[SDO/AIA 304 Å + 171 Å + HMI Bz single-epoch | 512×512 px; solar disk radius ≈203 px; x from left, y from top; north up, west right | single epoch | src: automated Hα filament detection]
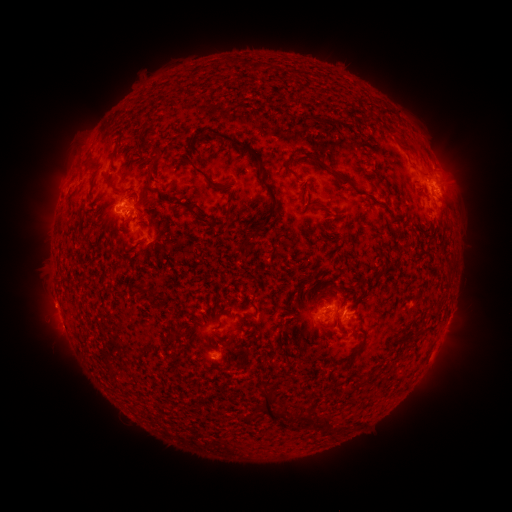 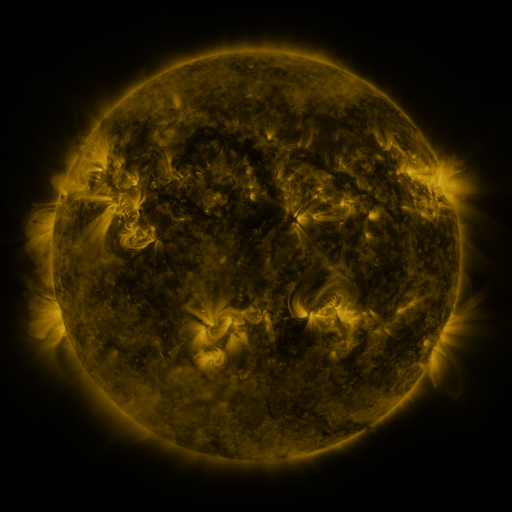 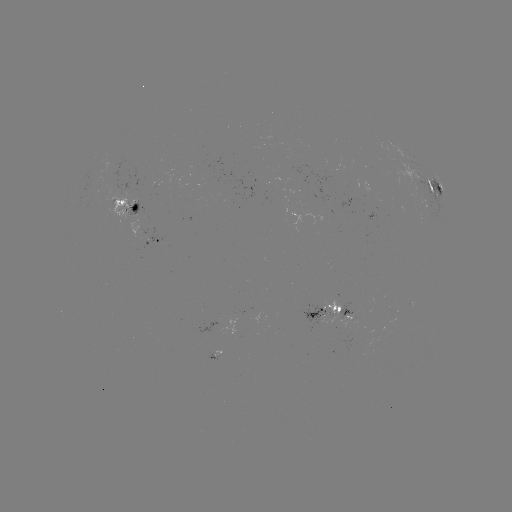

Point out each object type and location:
filament: <bbox>252, 62, 264, 71</bbox>
filament: <bbox>209, 129, 263, 167</bbox>
filament: <bbox>395, 136, 415, 155</bbox>
filament: <bbox>79, 159, 91, 167</bbox>
filament: <bbox>191, 166, 223, 191</bbox>
filament: <bbox>285, 167, 303, 182</bbox>
filament: <bbox>329, 168, 352, 186</bbox>
filament: <bbox>146, 170, 153, 188</bbox>
filament: <bbox>104, 175, 114, 188</bbox>
filament: <bbox>243, 176, 279, 246</bbox>
filament: <bbox>155, 186, 231, 228</bbox>
filament: <bbox>65, 191, 75, 203</bbox>
filament: <bbox>444, 264, 454, 274</bbox>
filament: <bbox>366, 270, 383, 291</bbox>
filament: <bbox>330, 283, 340, 293</bbox>
filament: <bbox>145, 289, 158, 298</bbox>
filament: <bbox>165, 329, 180, 341</bbox>
filament: <bbox>348, 346, 361, 357</bbox>
filament: <bbox>132, 351, 143, 362</bbox>
filament: <bbox>357, 379, 368, 388</bbox>
filament: <bbox>262, 389, 277, 419</bbox>
filament: <bbox>276, 401, 290, 422</bbox>
filament: <bbox>297, 411, 317, 426</bbox>
filament: <bbox>322, 415, 334, 430</bbox>
